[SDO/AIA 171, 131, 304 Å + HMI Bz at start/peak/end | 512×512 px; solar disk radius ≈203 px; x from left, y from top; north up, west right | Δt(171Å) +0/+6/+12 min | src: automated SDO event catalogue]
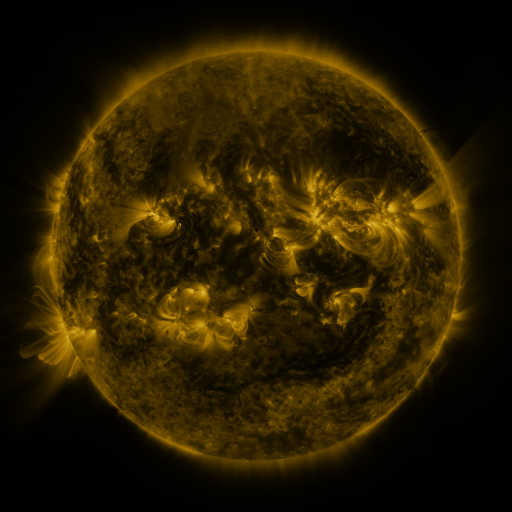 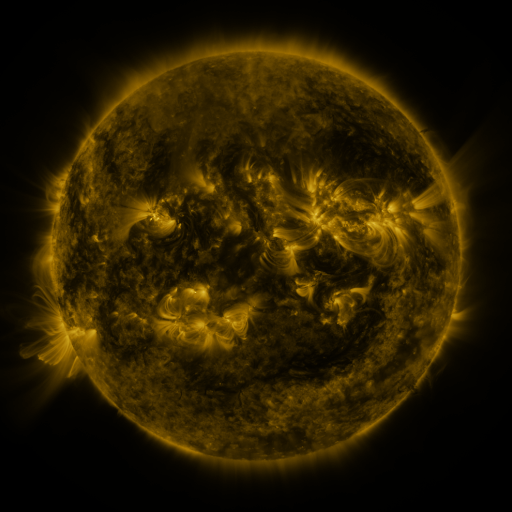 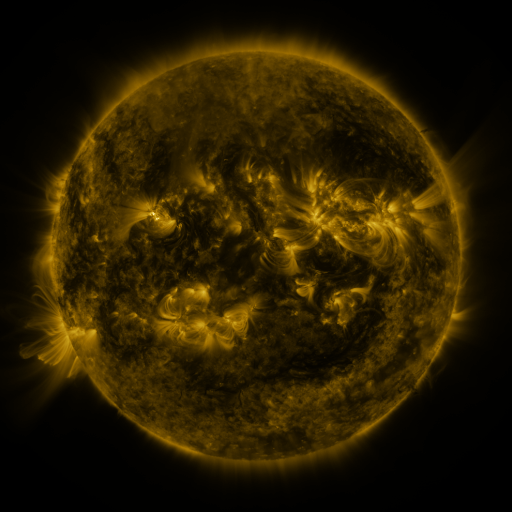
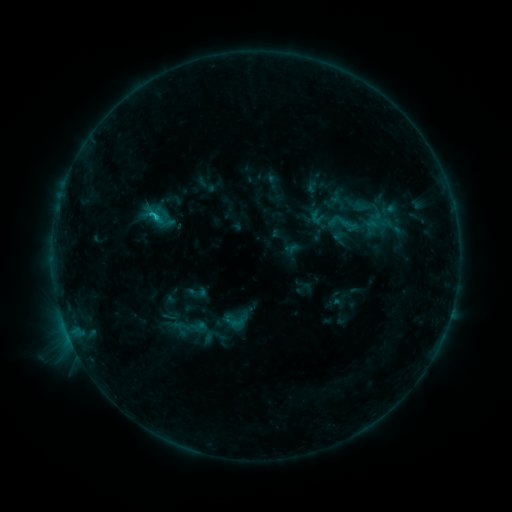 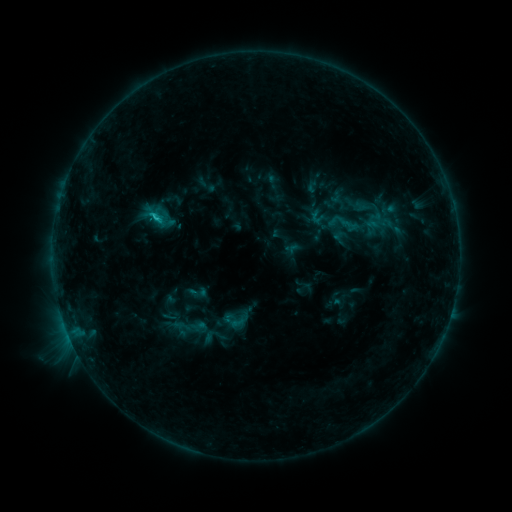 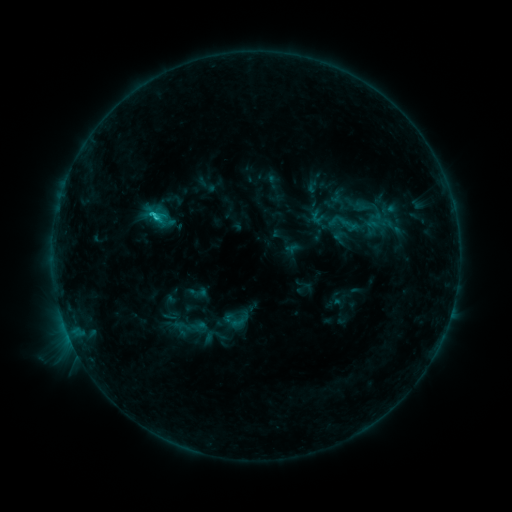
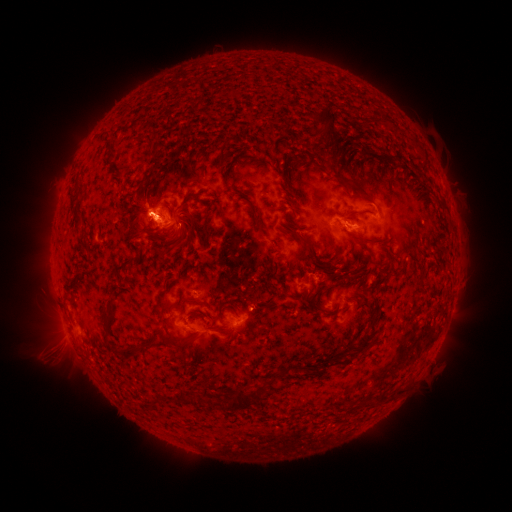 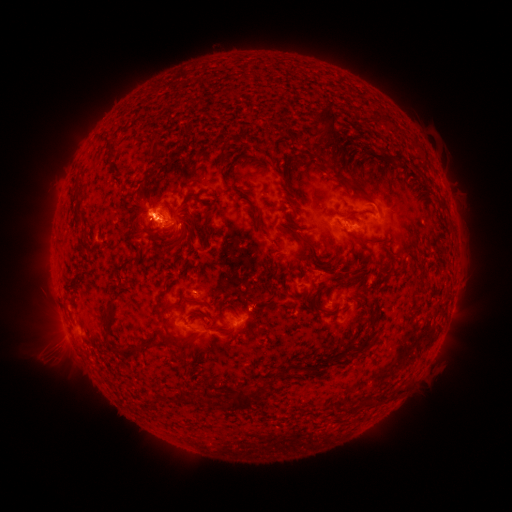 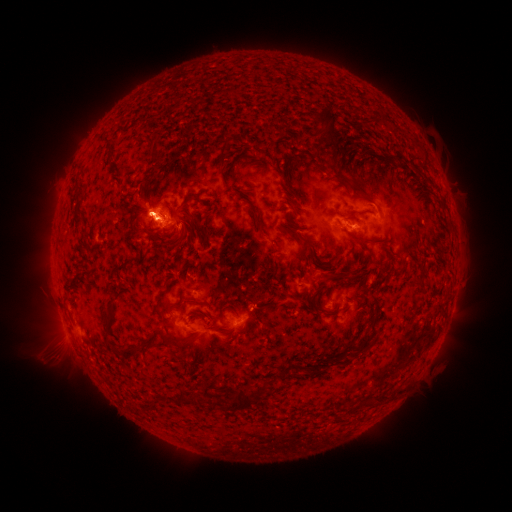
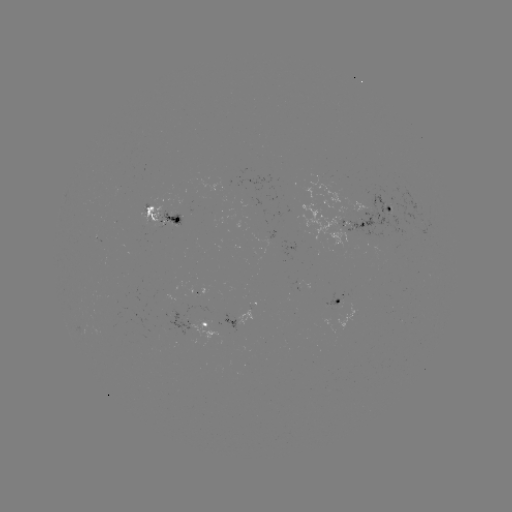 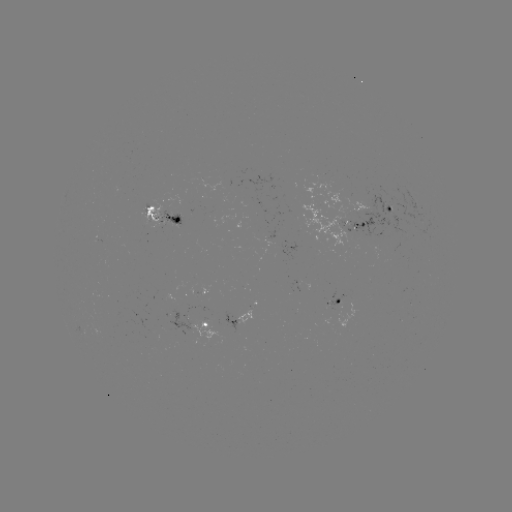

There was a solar flare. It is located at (154, 217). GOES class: C1.1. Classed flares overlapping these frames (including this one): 2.